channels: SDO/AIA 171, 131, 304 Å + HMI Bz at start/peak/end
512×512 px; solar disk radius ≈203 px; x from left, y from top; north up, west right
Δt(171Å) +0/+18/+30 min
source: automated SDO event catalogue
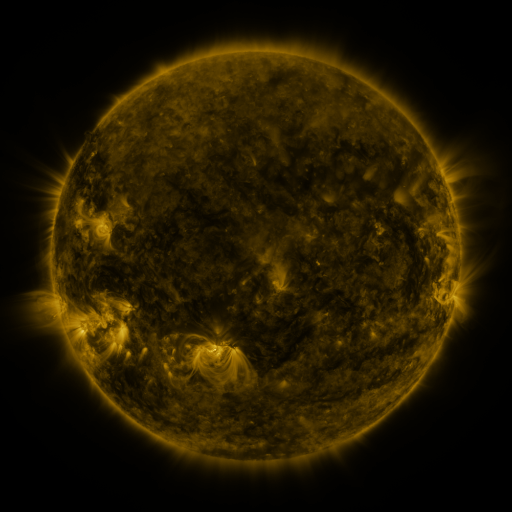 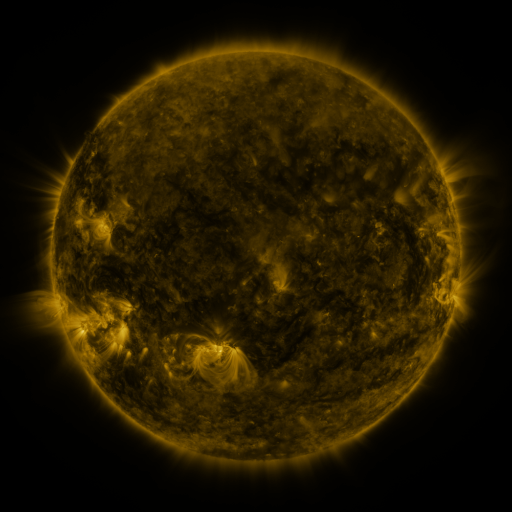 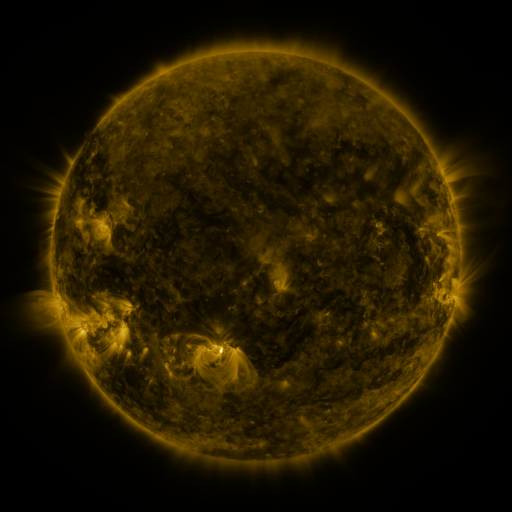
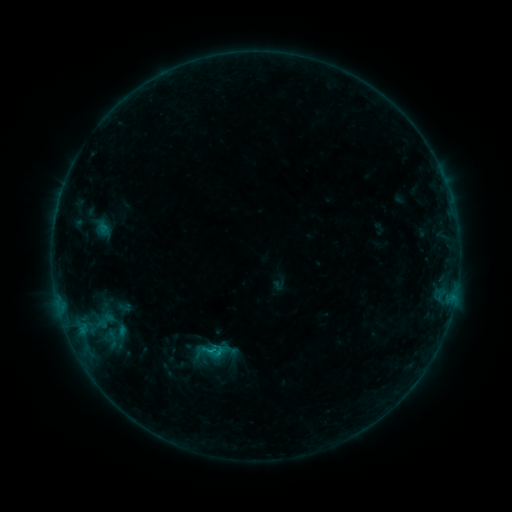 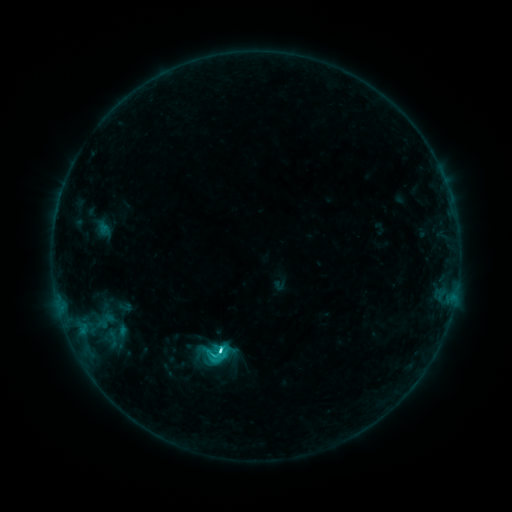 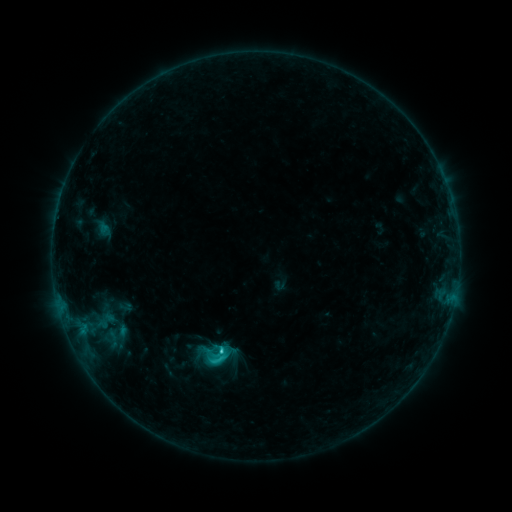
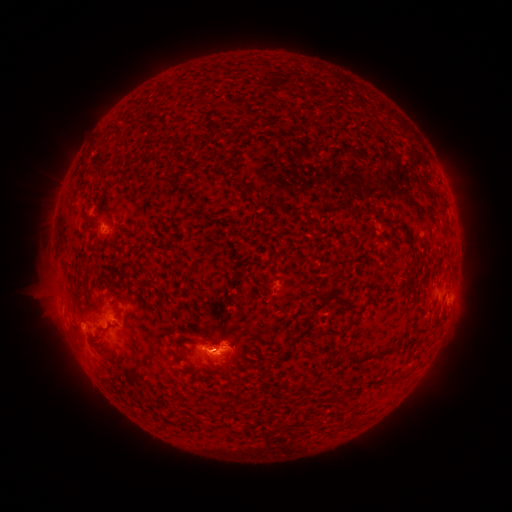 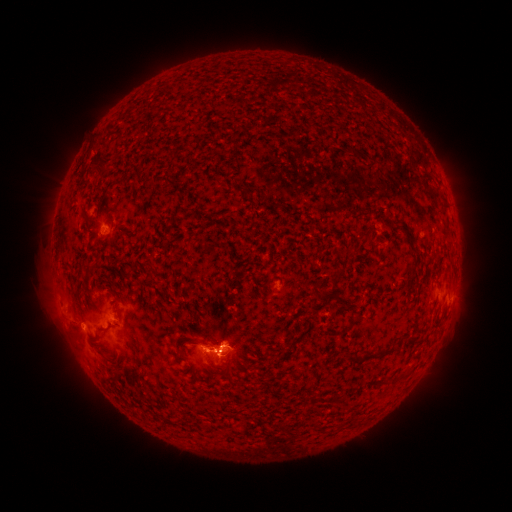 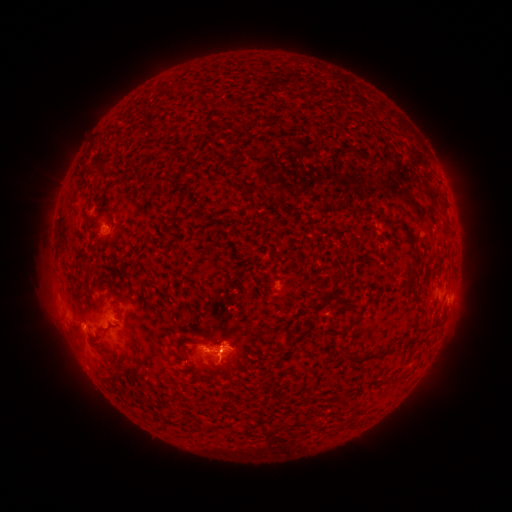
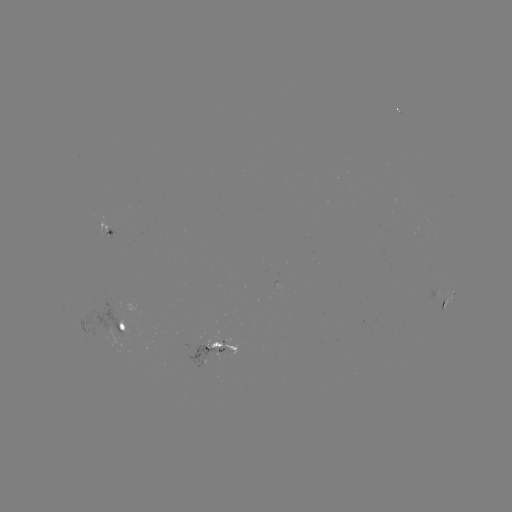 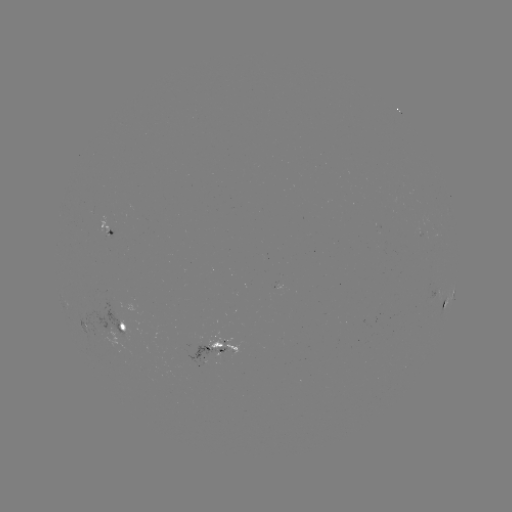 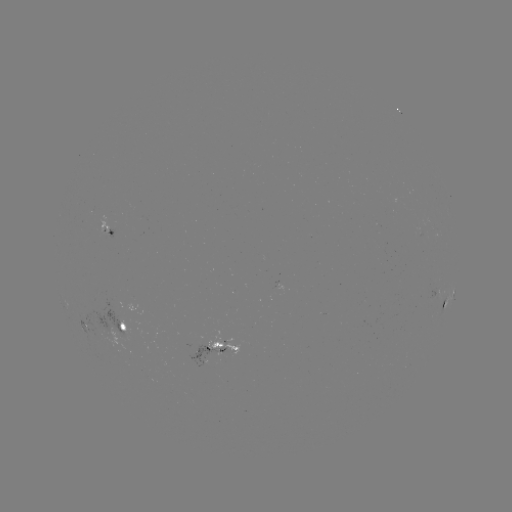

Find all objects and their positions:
C3.0 flare: (222, 348)
